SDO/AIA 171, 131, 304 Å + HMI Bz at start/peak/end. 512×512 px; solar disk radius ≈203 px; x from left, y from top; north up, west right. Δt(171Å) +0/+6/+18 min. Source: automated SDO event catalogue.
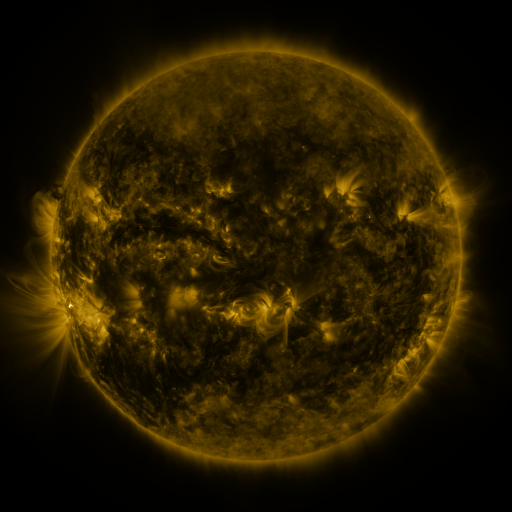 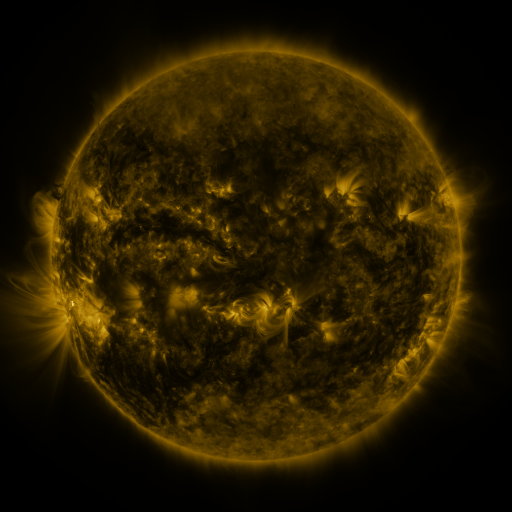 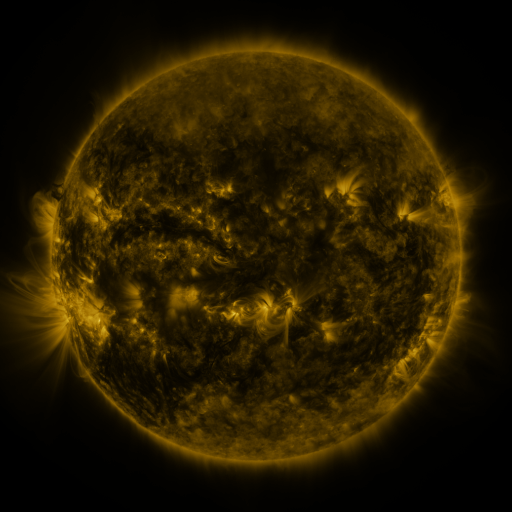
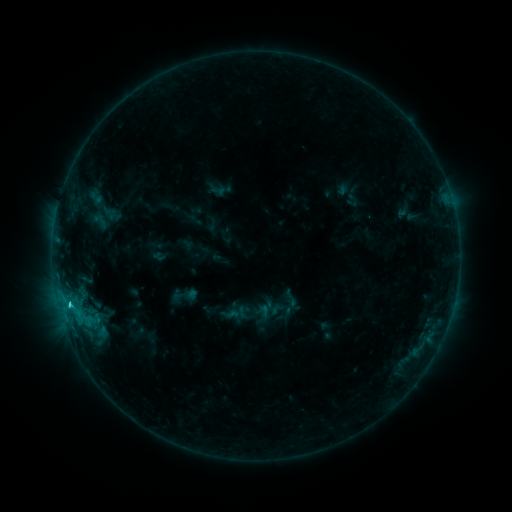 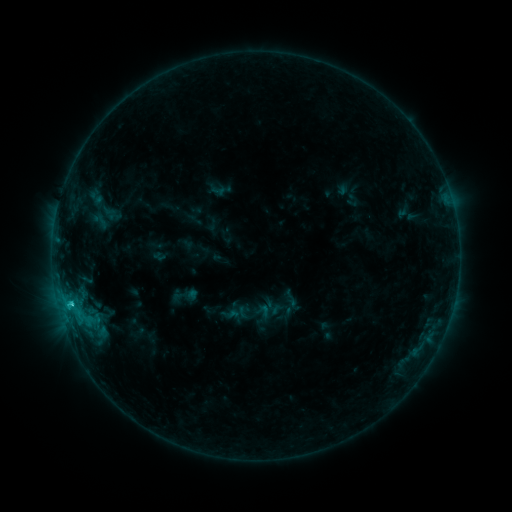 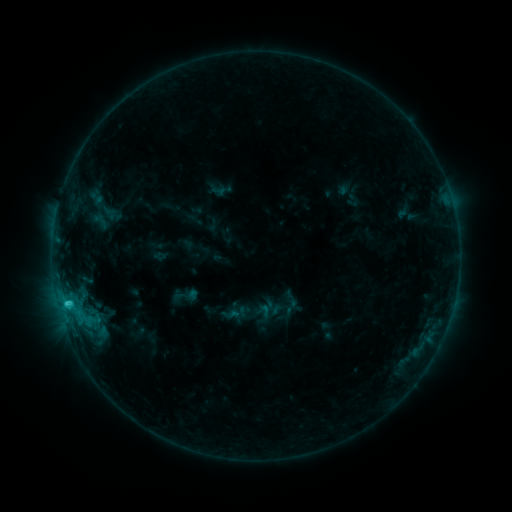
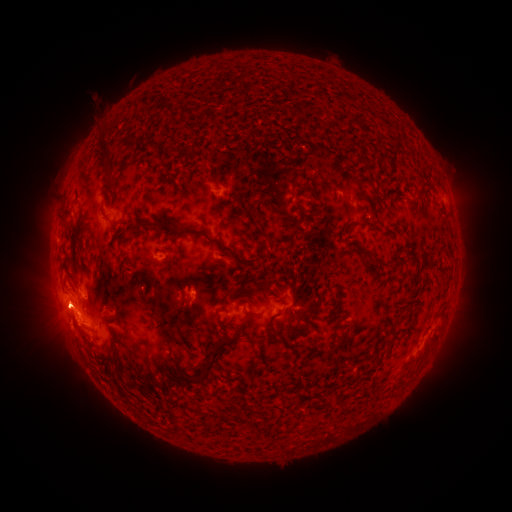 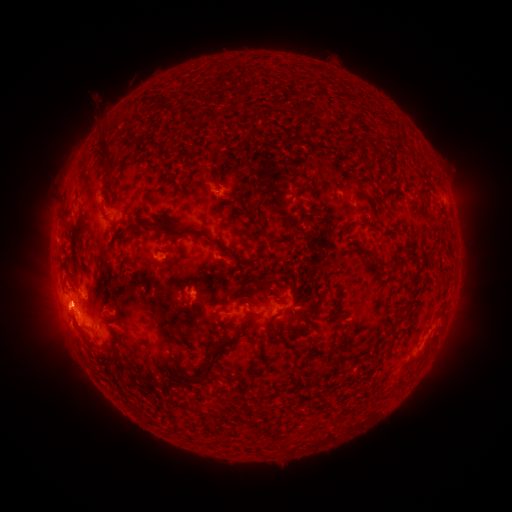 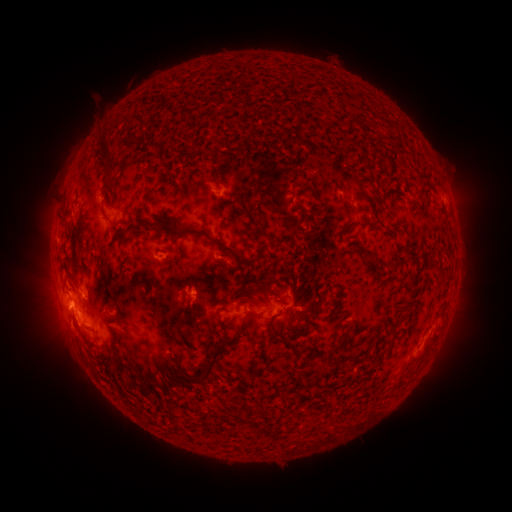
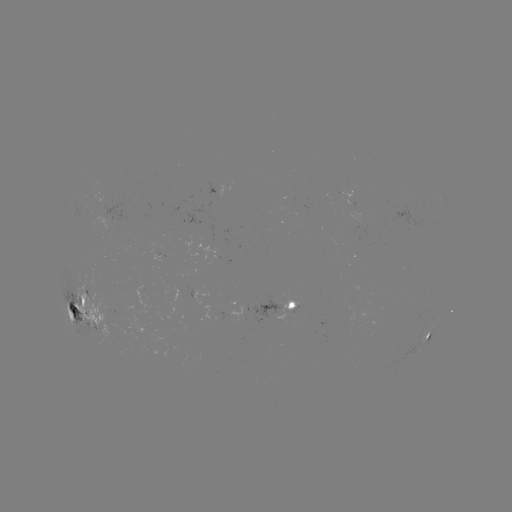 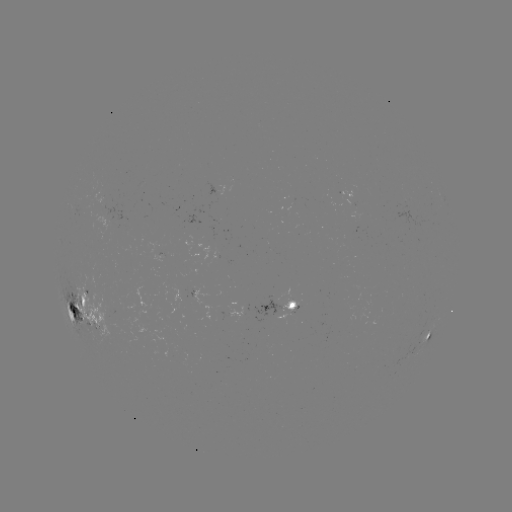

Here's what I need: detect C2.7 flare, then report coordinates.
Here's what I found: C2.7 flare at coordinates [70, 301].